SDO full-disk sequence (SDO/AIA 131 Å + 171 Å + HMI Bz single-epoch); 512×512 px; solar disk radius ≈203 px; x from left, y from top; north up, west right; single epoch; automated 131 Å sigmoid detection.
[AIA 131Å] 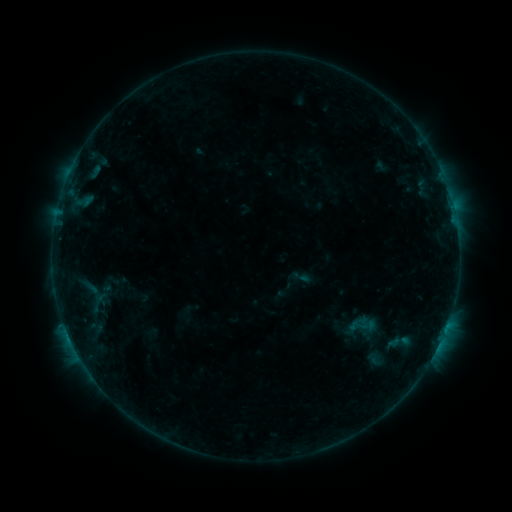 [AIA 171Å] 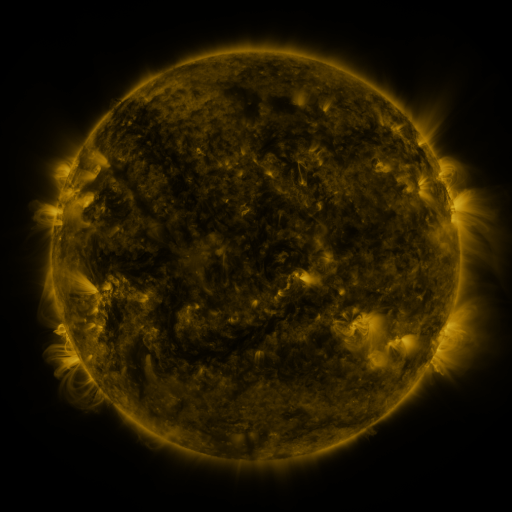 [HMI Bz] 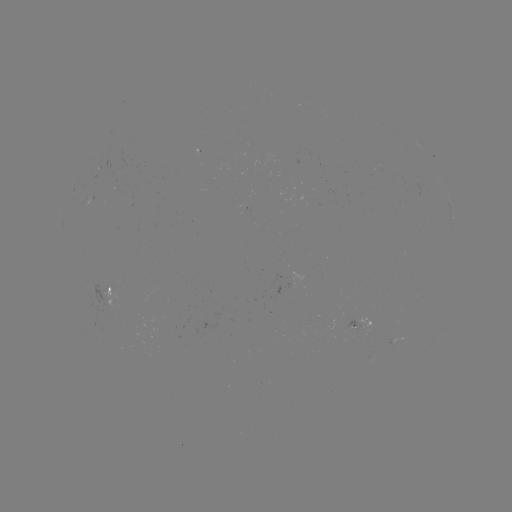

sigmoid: (348, 314, 368, 336)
